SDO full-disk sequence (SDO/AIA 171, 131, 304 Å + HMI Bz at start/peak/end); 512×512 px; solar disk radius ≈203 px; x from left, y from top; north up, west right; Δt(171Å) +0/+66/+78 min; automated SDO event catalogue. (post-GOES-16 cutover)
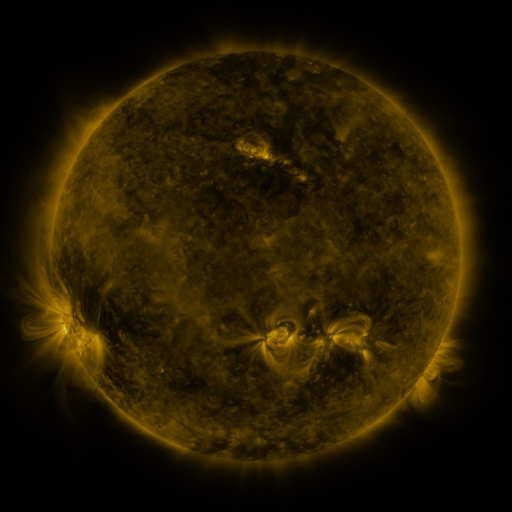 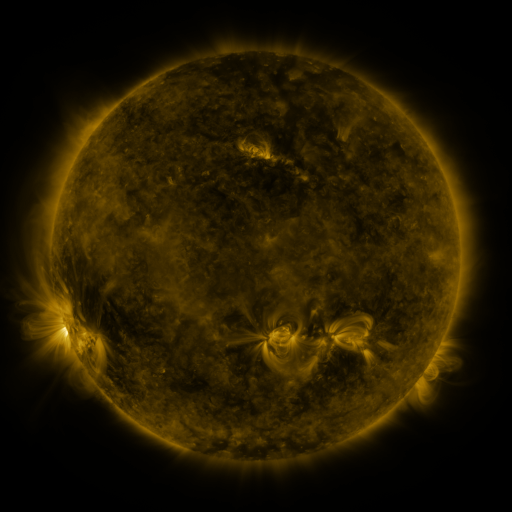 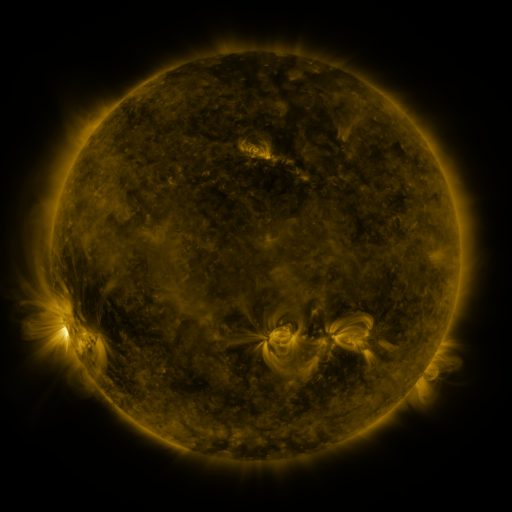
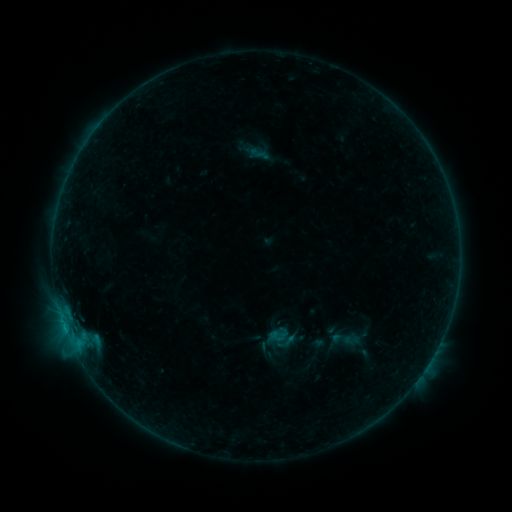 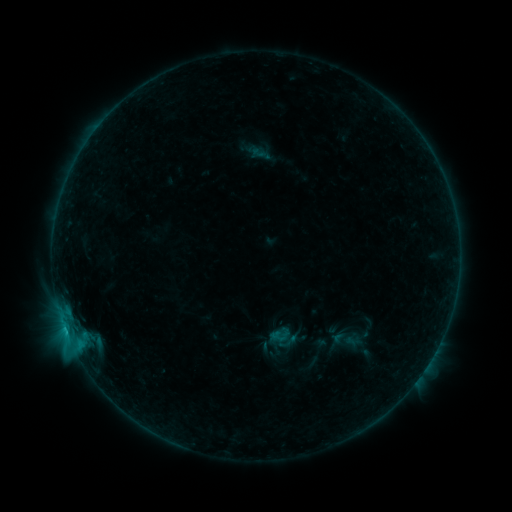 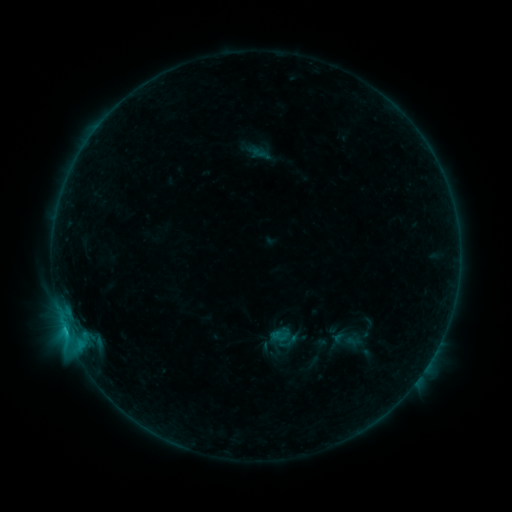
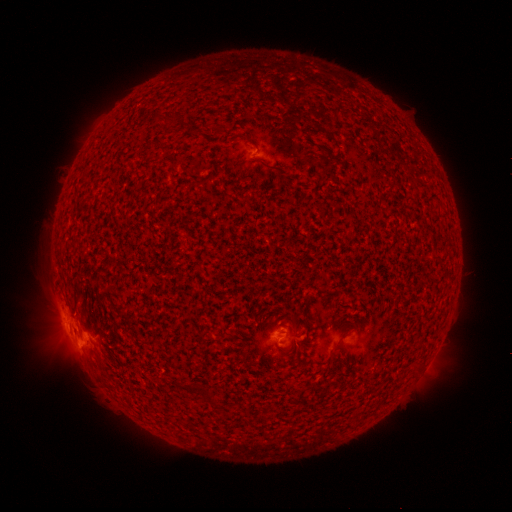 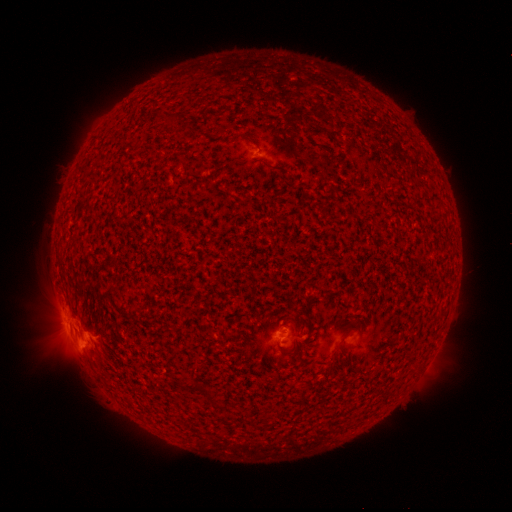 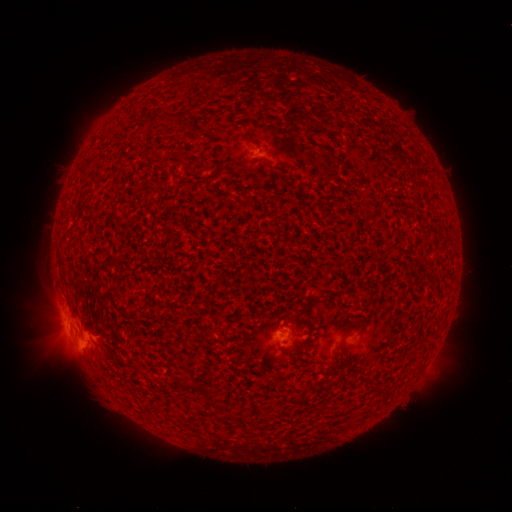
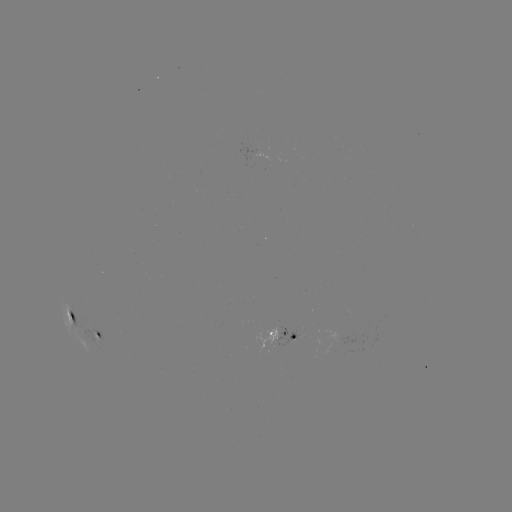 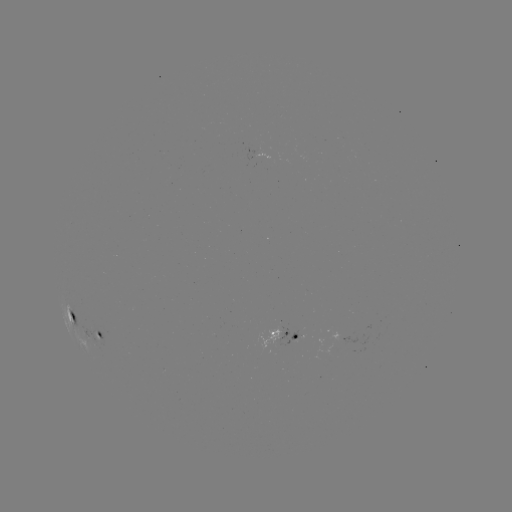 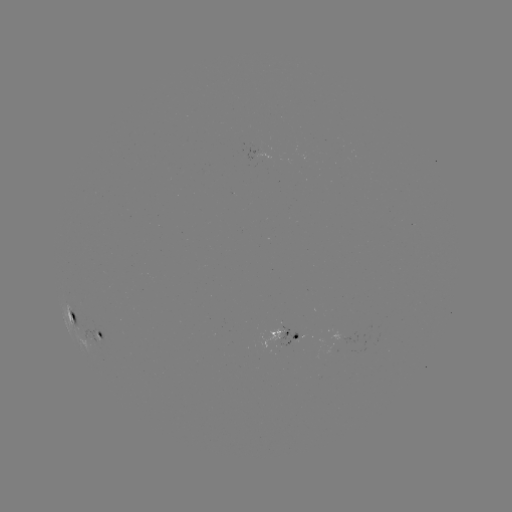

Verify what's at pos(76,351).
C1.0 flare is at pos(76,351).